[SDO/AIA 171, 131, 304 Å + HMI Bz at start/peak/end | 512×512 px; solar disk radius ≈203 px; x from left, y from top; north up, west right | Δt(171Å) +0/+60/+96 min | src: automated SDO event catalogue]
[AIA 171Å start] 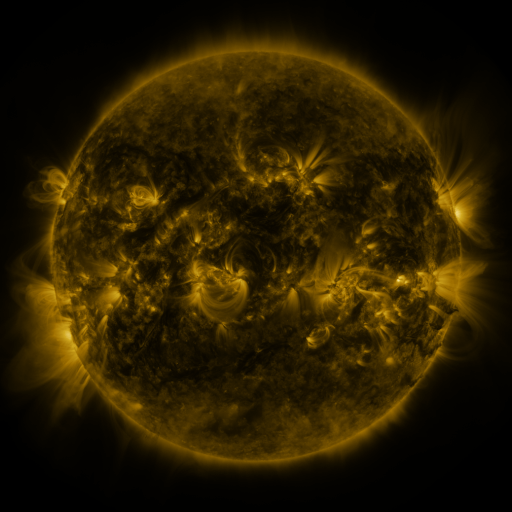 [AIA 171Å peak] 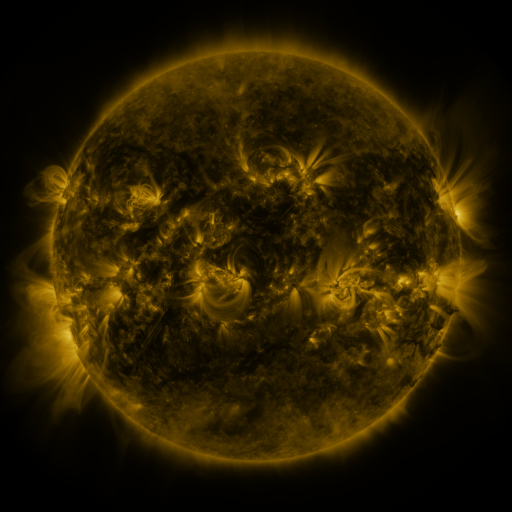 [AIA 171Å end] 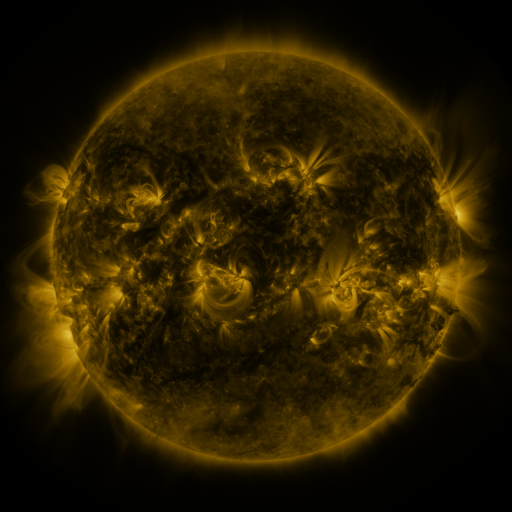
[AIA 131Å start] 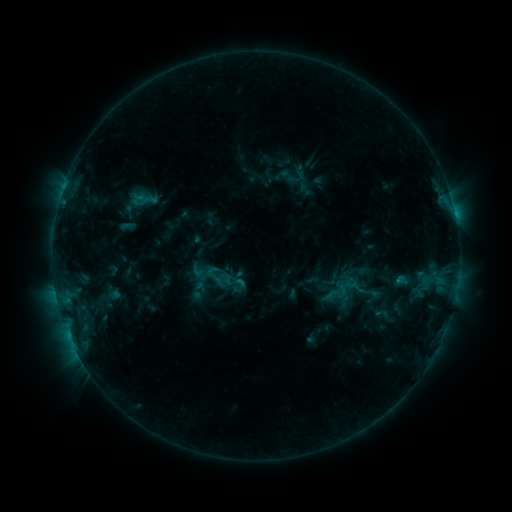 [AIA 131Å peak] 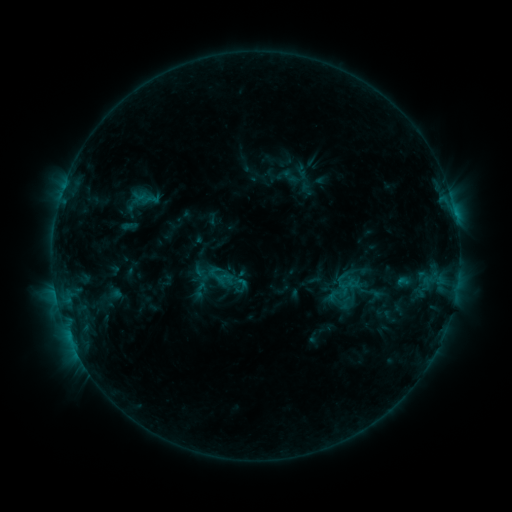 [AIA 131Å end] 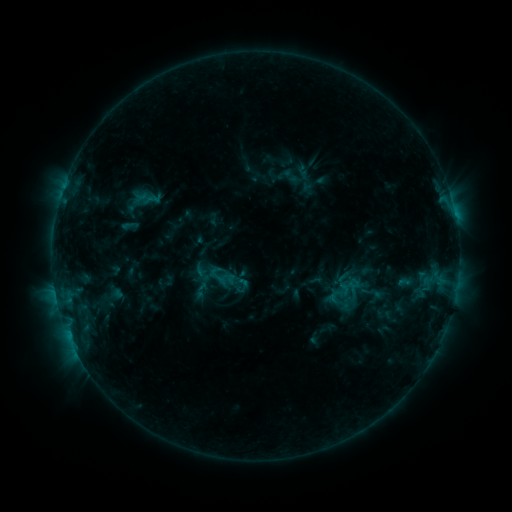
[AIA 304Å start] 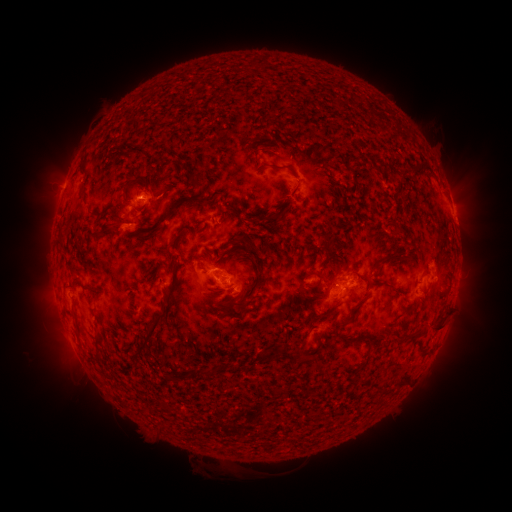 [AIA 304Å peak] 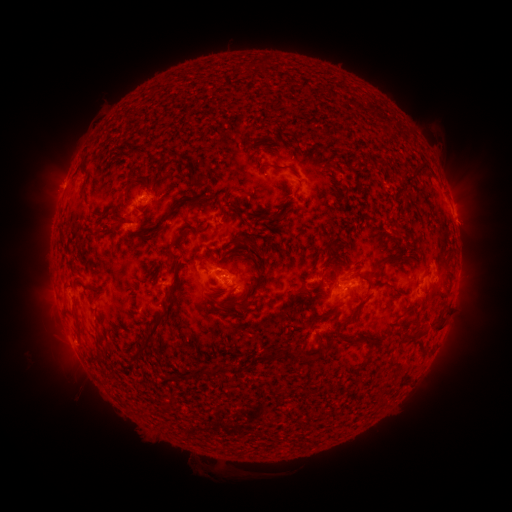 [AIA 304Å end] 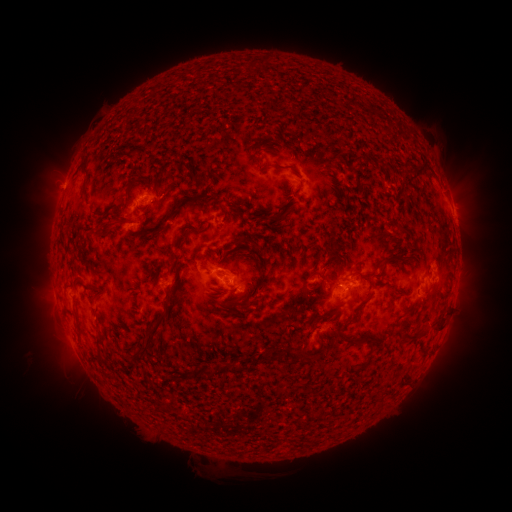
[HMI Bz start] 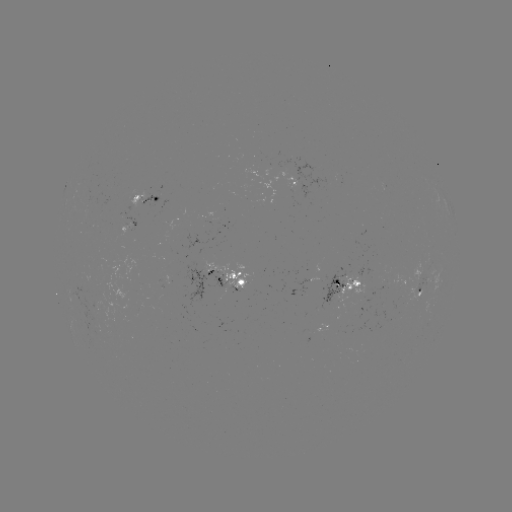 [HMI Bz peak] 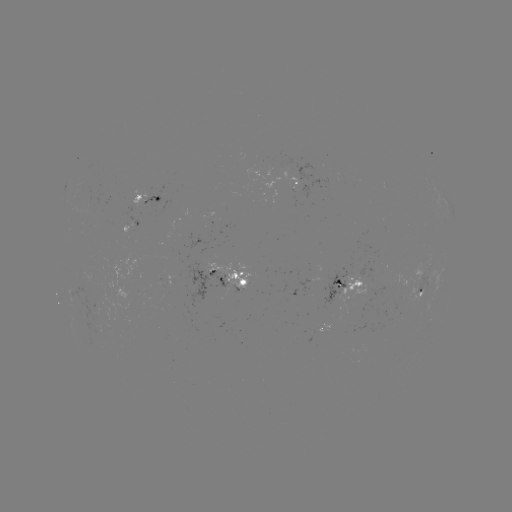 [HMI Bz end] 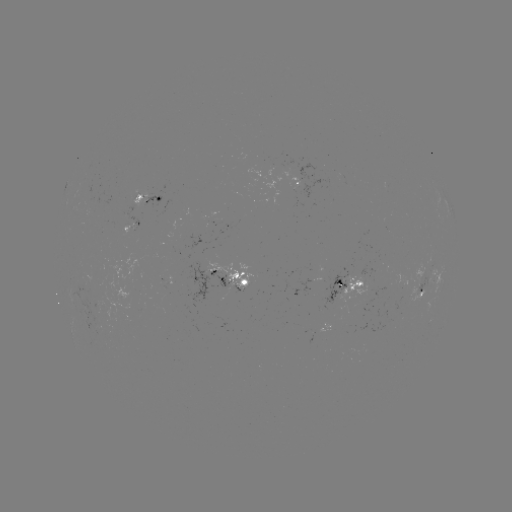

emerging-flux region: [407, 272, 413, 283]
